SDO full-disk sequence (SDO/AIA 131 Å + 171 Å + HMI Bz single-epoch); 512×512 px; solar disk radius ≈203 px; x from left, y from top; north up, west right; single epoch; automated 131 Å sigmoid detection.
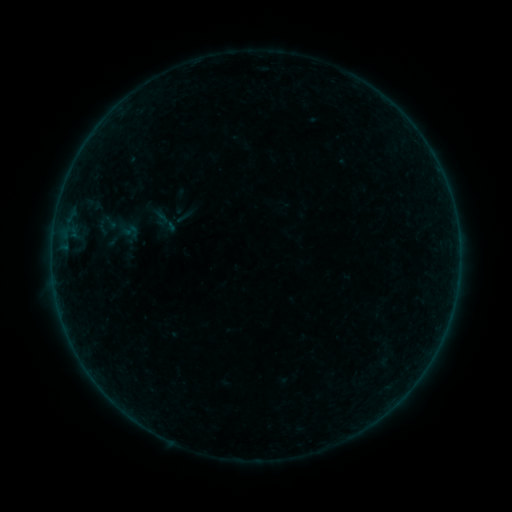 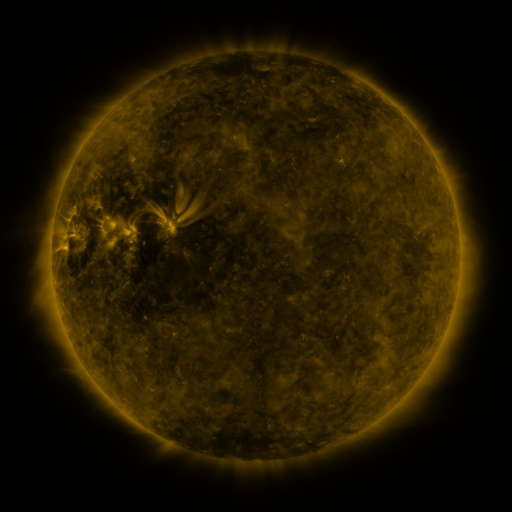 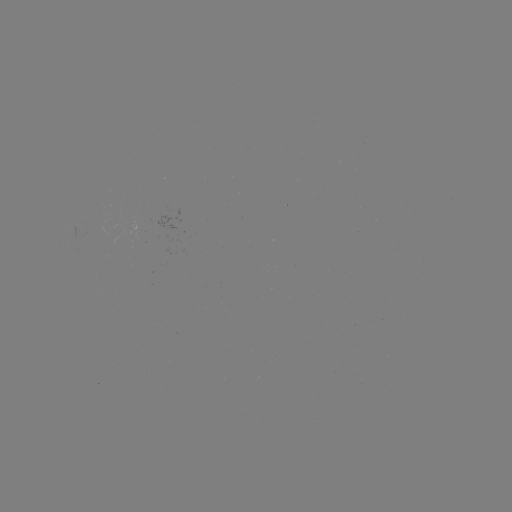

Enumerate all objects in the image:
sigmoid: (175, 207, 194, 226)
